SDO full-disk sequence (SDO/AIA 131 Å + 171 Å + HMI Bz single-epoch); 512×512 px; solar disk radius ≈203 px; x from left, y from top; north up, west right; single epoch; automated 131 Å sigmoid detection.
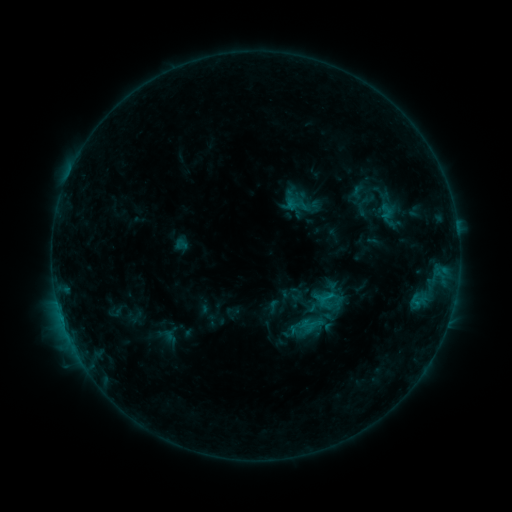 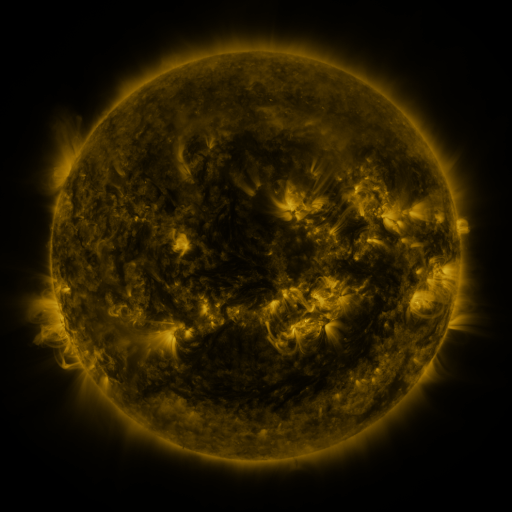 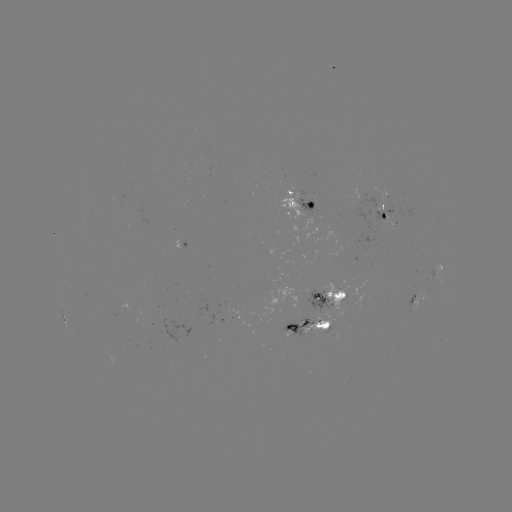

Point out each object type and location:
sigmoid: <bbox>296, 311, 323, 338</bbox>
